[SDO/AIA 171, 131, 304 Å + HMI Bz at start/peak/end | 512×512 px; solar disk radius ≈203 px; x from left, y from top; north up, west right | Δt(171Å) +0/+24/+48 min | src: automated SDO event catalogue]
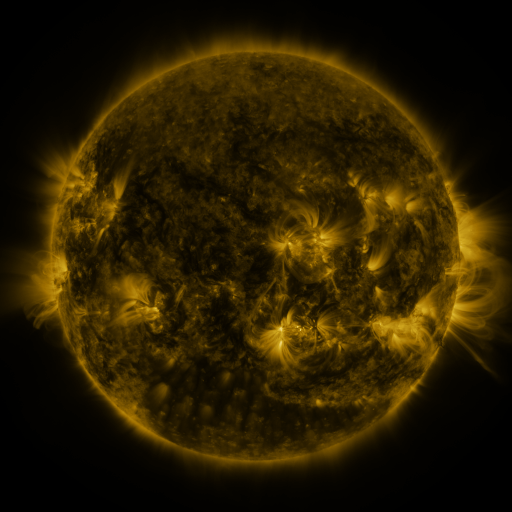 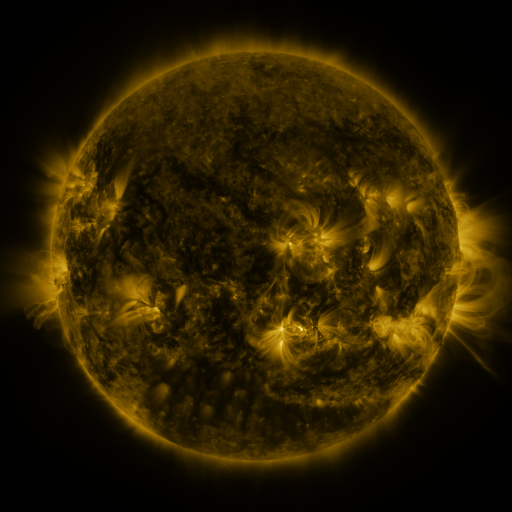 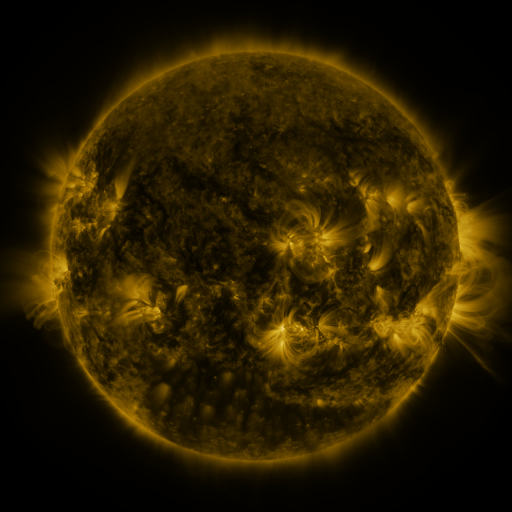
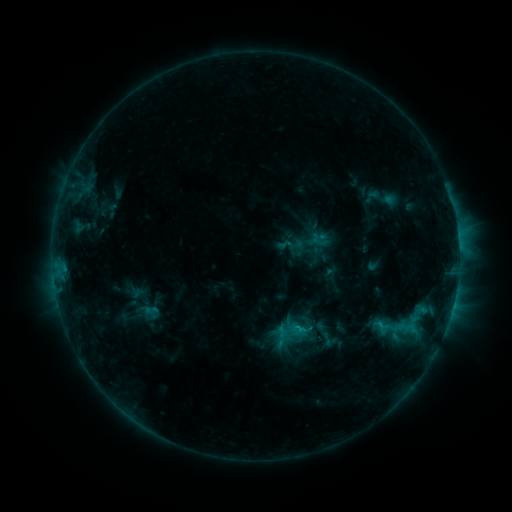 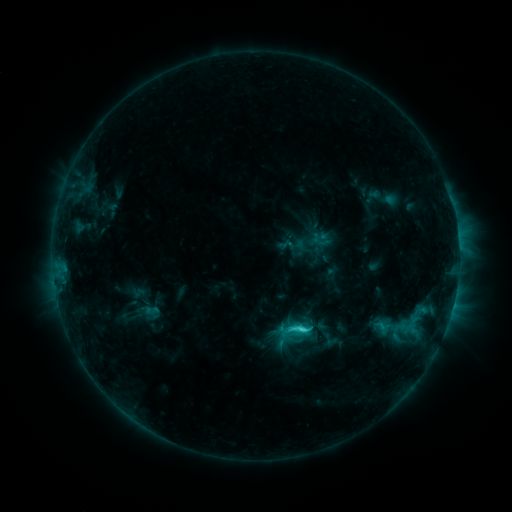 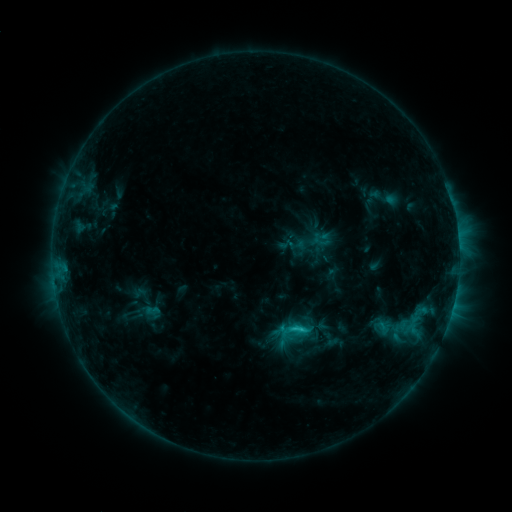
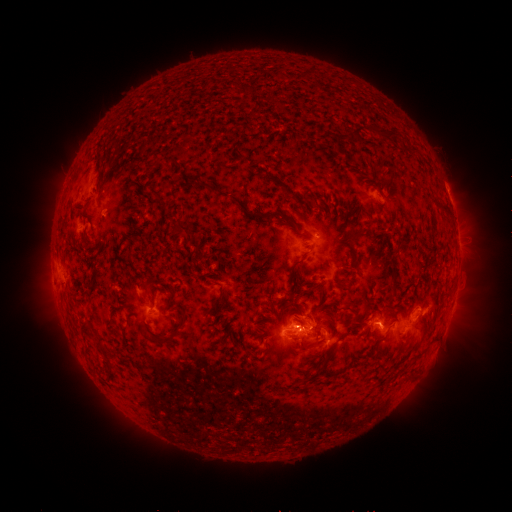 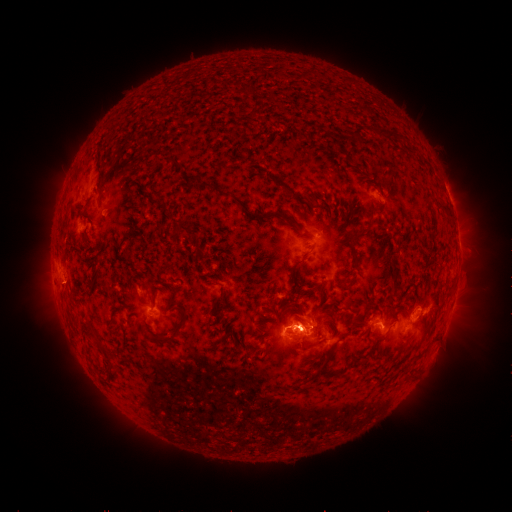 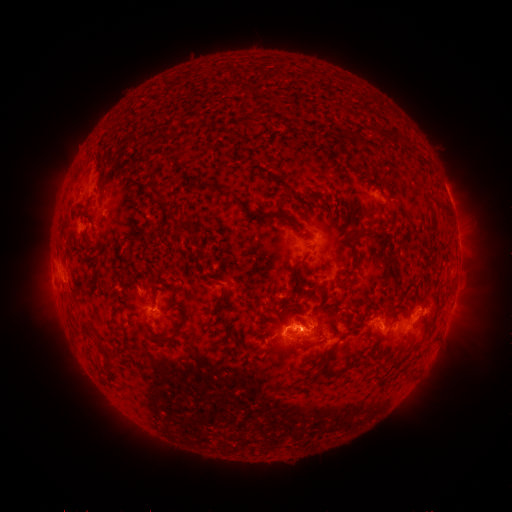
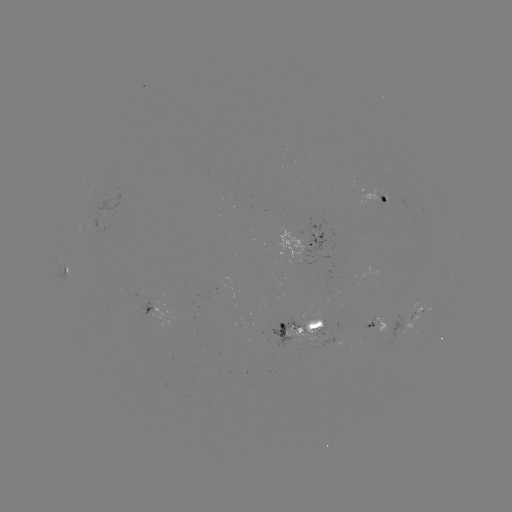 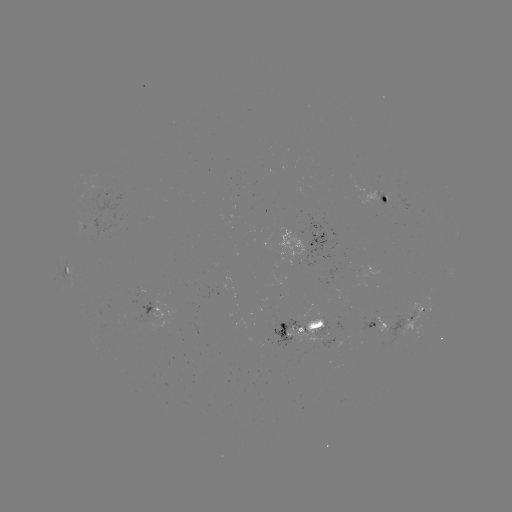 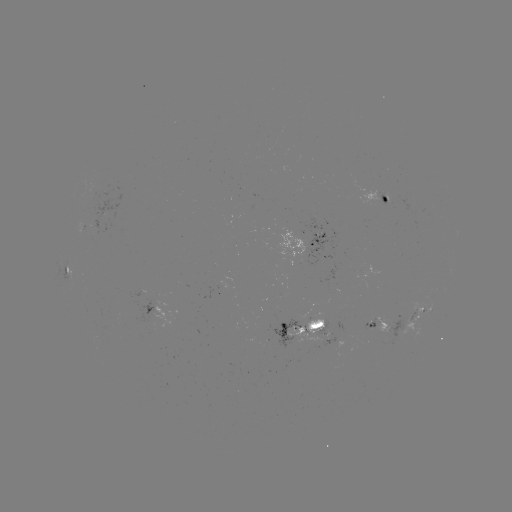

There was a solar flare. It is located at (302, 327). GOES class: C3.1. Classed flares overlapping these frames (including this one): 1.